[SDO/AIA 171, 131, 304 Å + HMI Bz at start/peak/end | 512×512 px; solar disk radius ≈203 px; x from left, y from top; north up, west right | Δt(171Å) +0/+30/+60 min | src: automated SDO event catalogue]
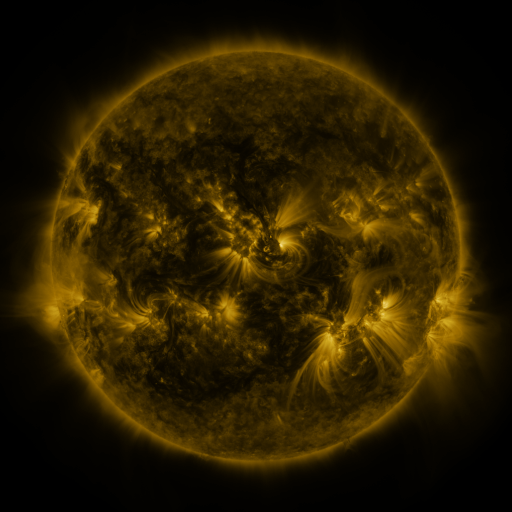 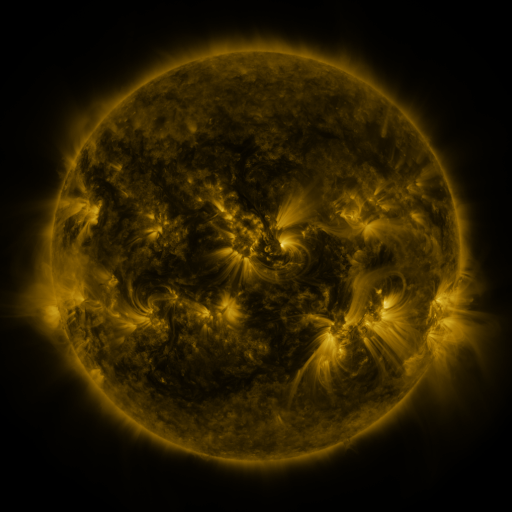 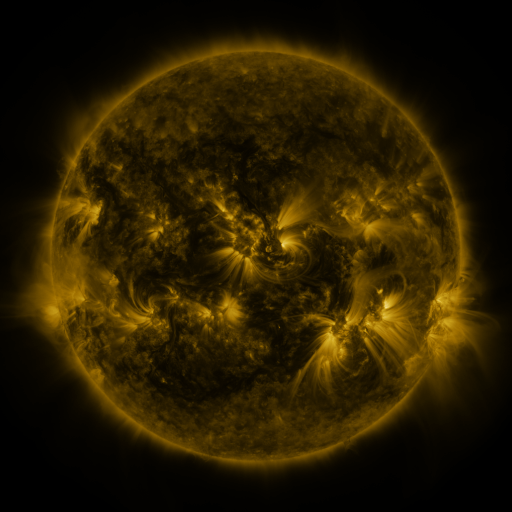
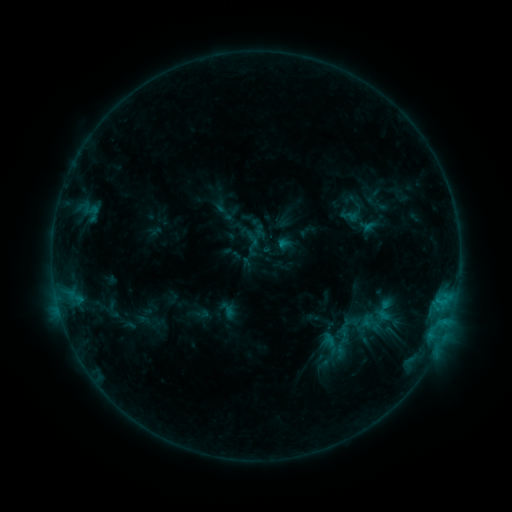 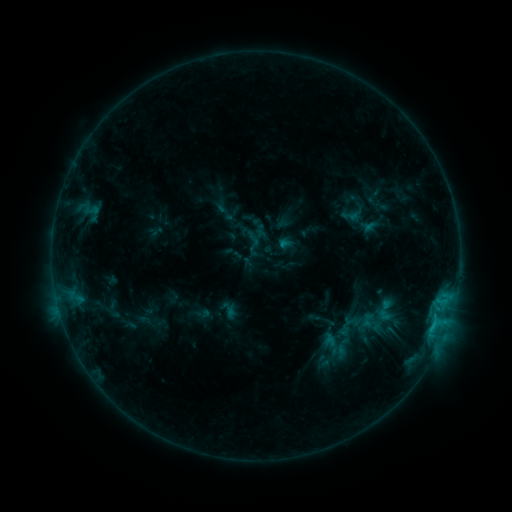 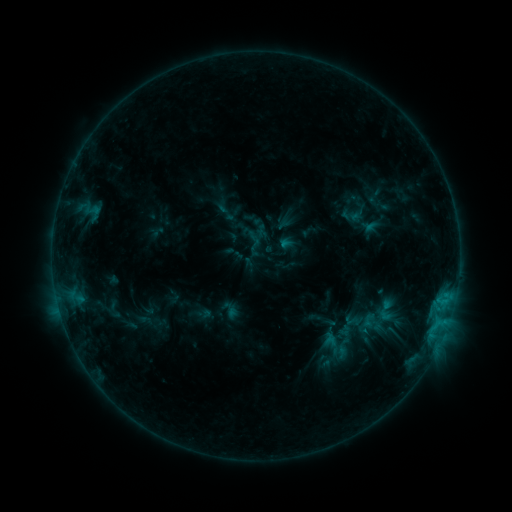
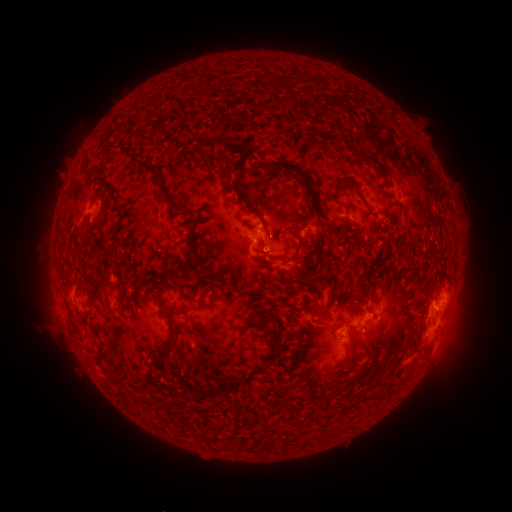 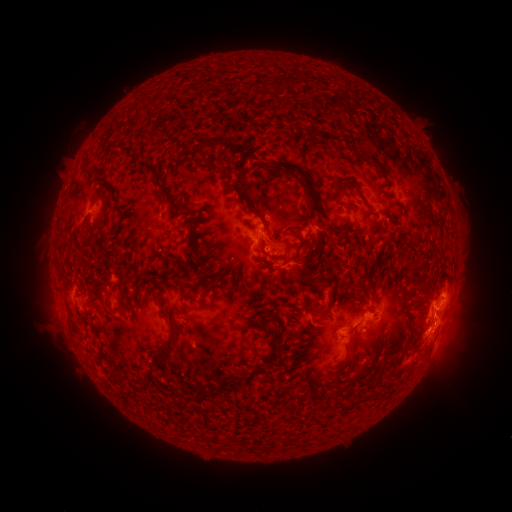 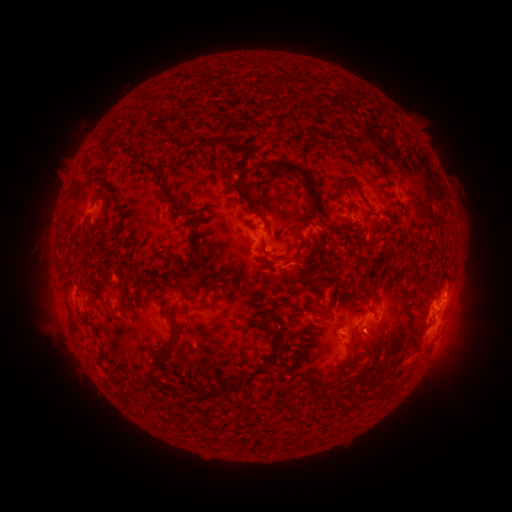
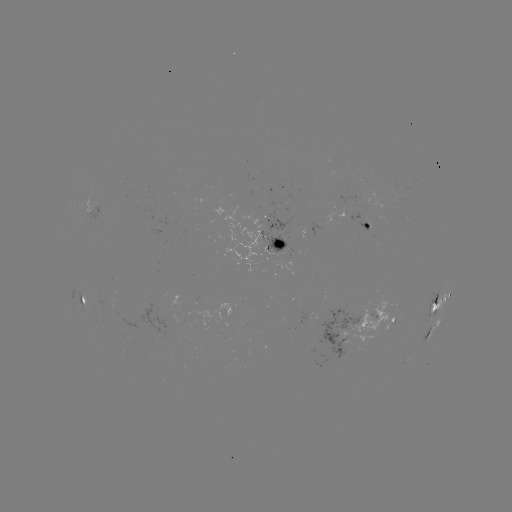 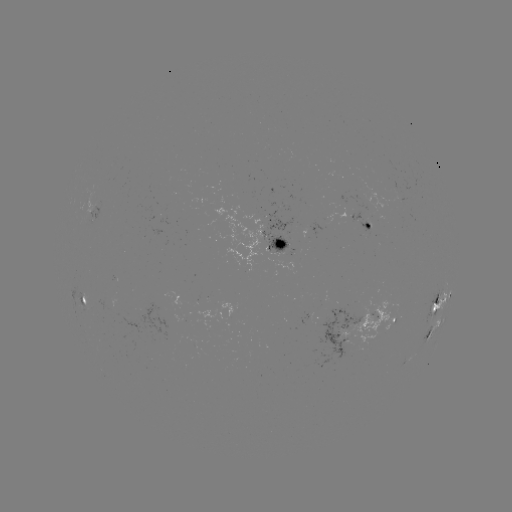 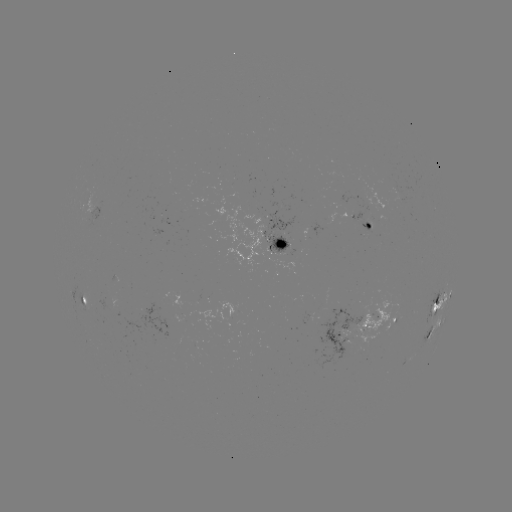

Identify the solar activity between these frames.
C1.3 flare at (434, 321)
